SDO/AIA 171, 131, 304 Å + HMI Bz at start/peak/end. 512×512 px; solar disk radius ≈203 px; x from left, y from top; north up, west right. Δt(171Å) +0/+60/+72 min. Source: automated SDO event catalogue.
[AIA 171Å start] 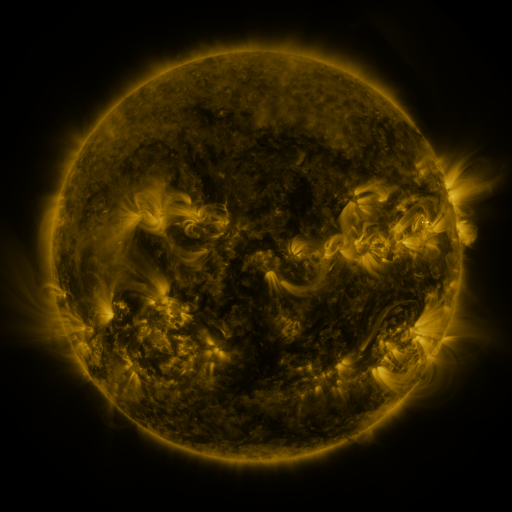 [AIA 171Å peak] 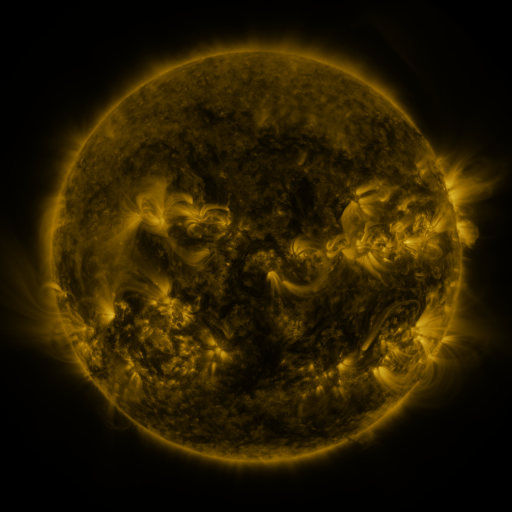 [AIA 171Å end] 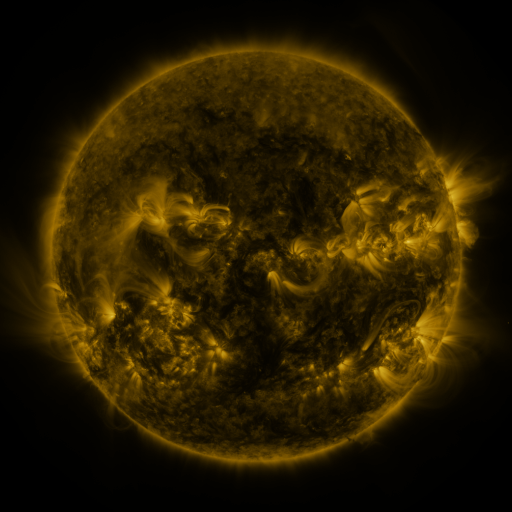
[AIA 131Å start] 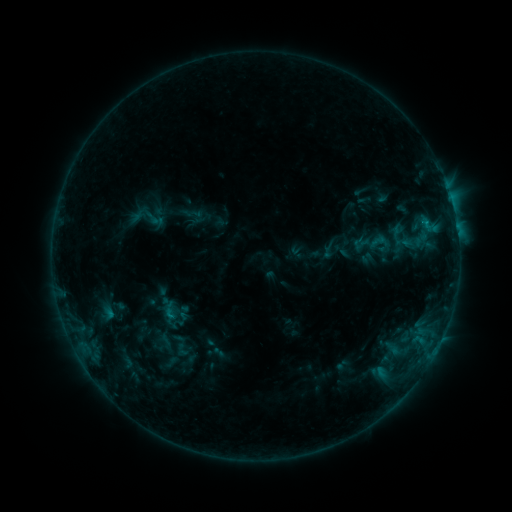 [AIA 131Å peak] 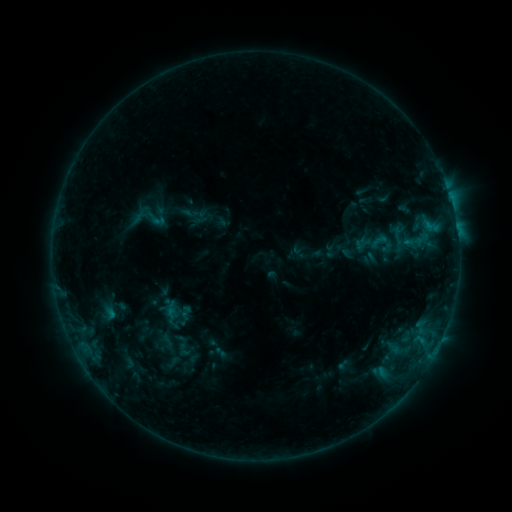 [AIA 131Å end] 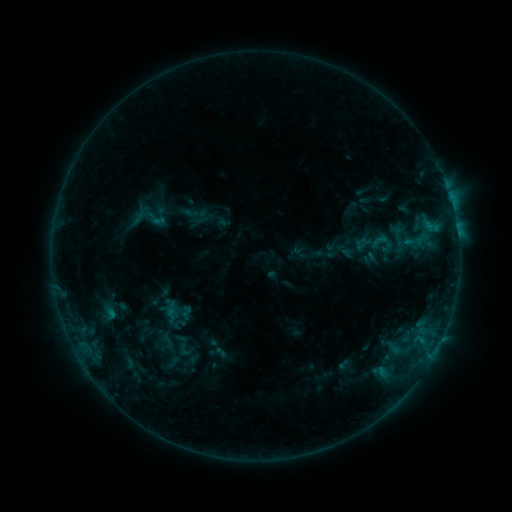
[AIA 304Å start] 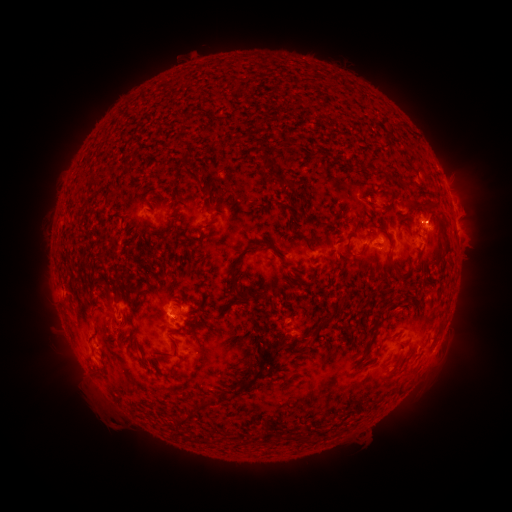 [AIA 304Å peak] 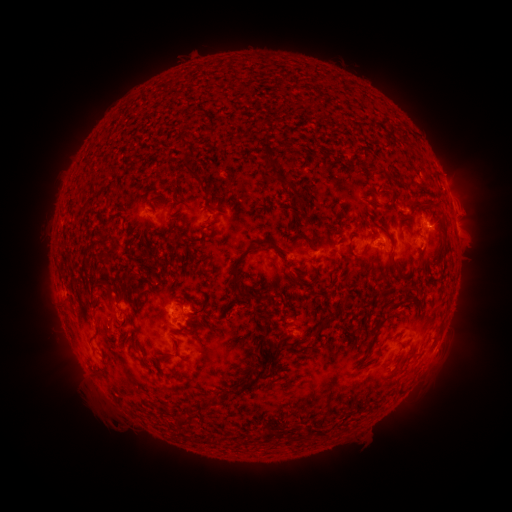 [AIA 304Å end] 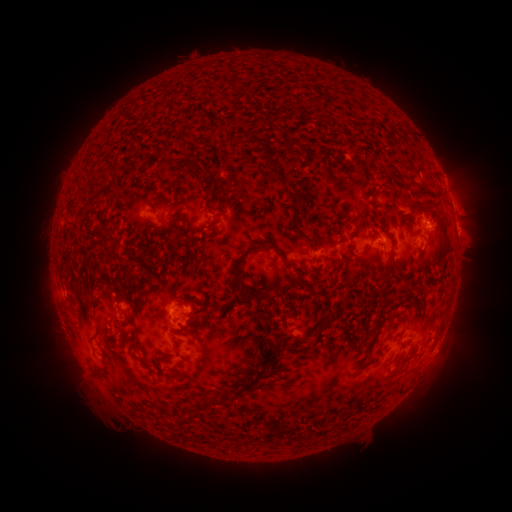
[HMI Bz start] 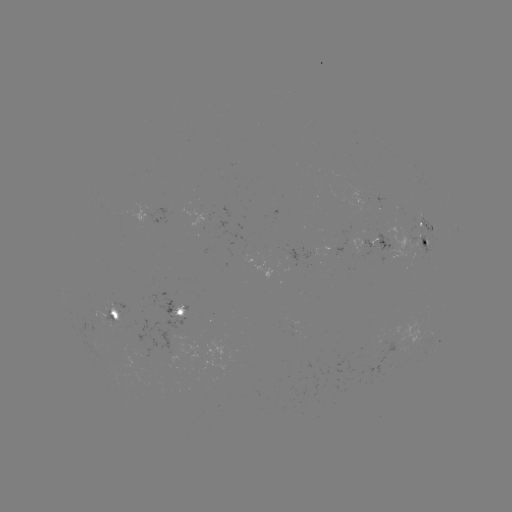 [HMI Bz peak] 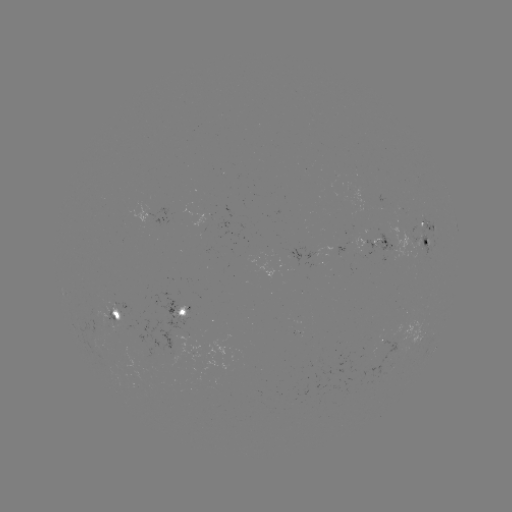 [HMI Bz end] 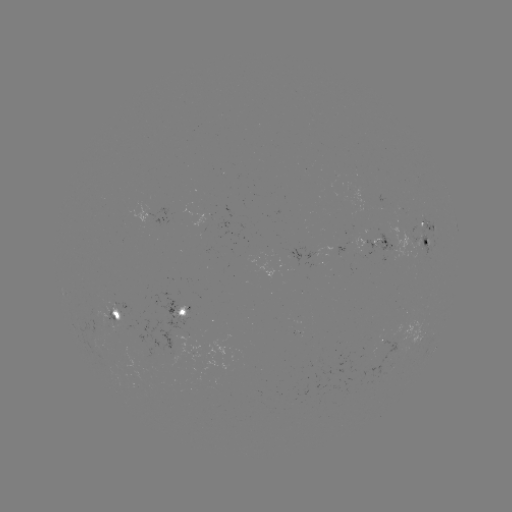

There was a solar emerging-flux region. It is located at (120, 314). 